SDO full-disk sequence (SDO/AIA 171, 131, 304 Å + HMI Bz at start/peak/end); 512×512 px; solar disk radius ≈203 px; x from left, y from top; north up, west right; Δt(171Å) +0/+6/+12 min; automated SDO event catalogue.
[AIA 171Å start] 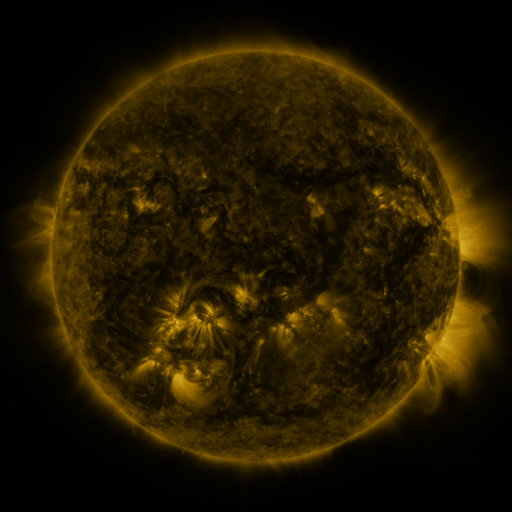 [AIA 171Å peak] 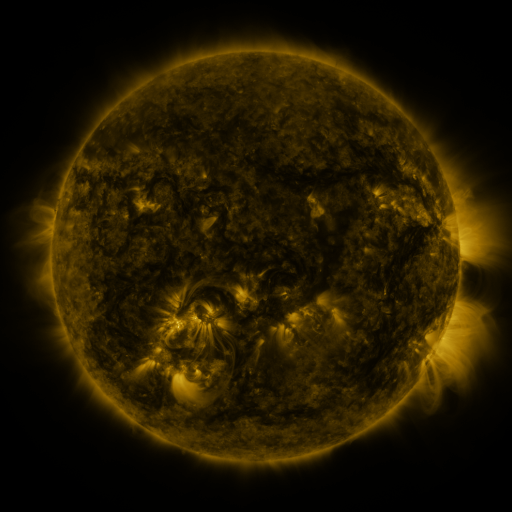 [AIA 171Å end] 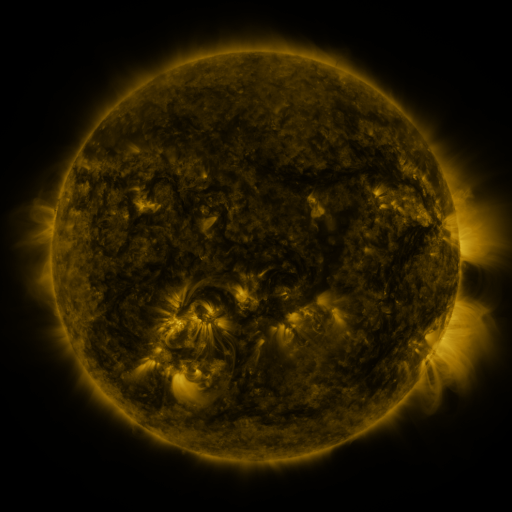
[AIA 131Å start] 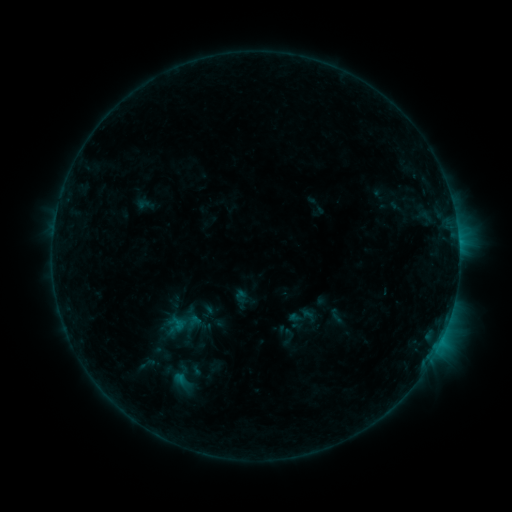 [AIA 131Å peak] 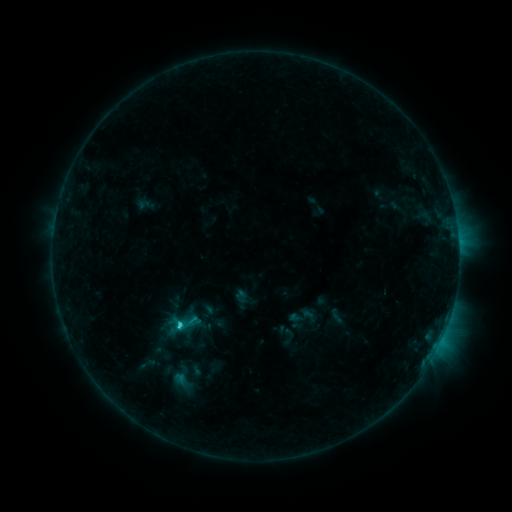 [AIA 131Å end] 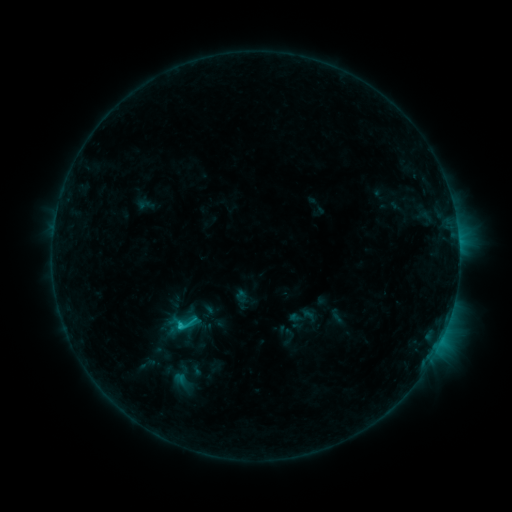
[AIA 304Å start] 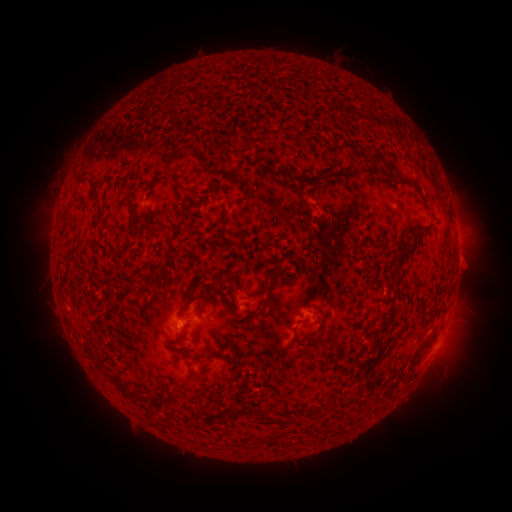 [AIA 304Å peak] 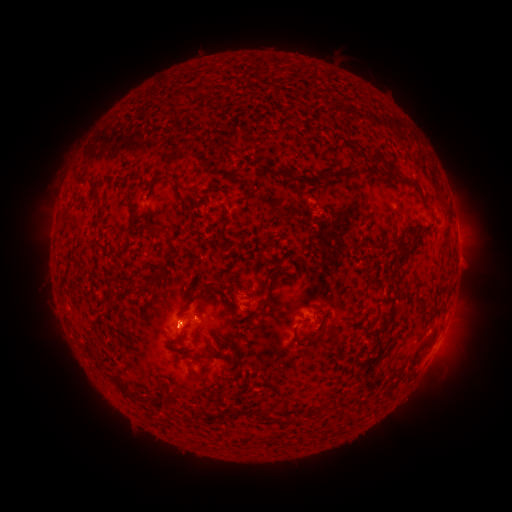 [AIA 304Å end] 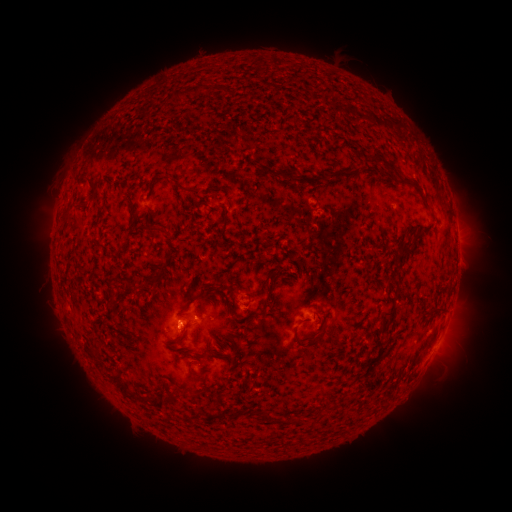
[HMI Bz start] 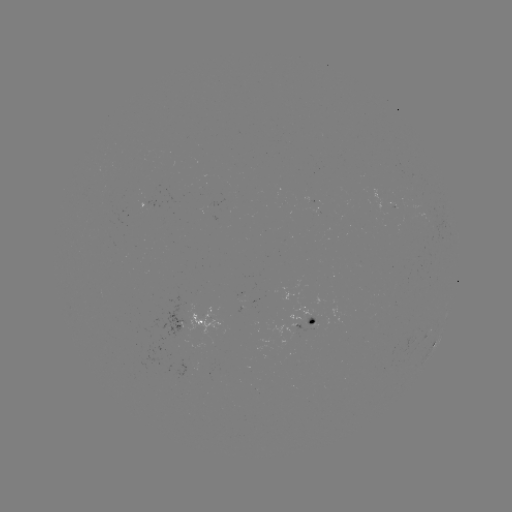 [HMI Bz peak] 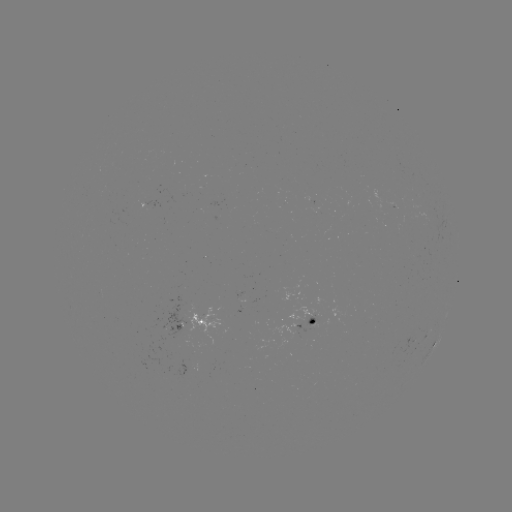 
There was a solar flare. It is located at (179, 323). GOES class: C1.2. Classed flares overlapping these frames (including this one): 1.